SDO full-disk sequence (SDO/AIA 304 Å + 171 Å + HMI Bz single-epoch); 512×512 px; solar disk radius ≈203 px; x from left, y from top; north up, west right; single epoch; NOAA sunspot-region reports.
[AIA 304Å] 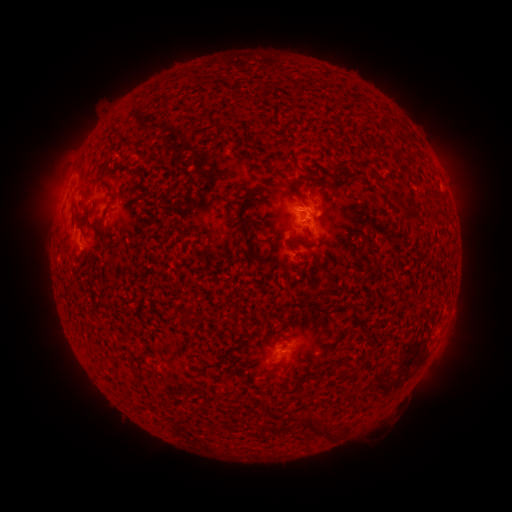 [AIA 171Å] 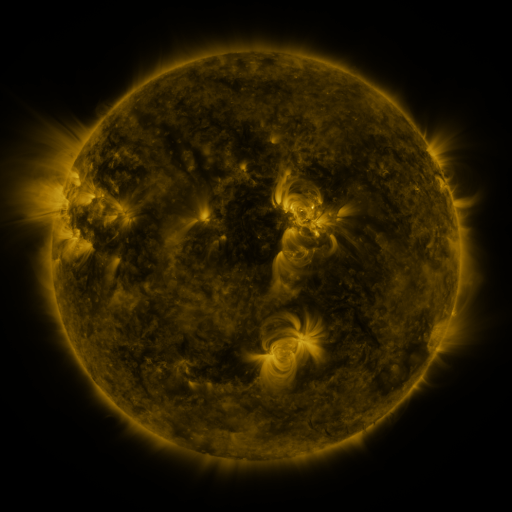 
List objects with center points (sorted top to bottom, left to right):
spotted active region: (126, 210)
spotted active region: (309, 219)
spotted active region: (90, 245)
spotted active region: (282, 351)
